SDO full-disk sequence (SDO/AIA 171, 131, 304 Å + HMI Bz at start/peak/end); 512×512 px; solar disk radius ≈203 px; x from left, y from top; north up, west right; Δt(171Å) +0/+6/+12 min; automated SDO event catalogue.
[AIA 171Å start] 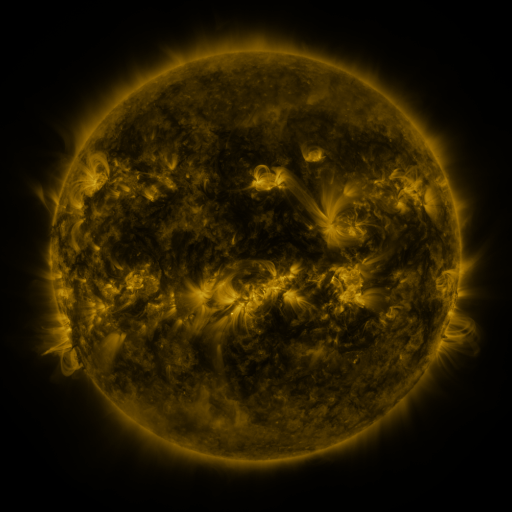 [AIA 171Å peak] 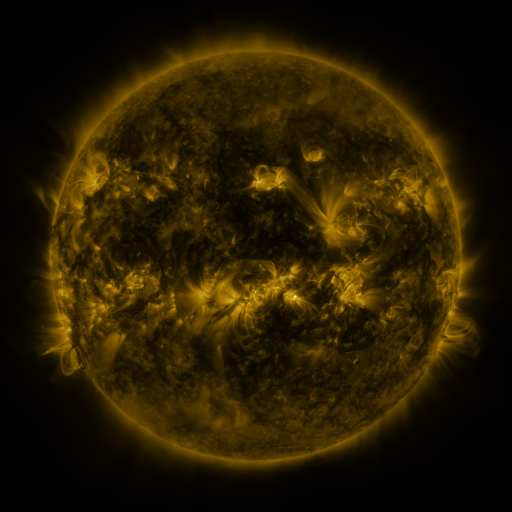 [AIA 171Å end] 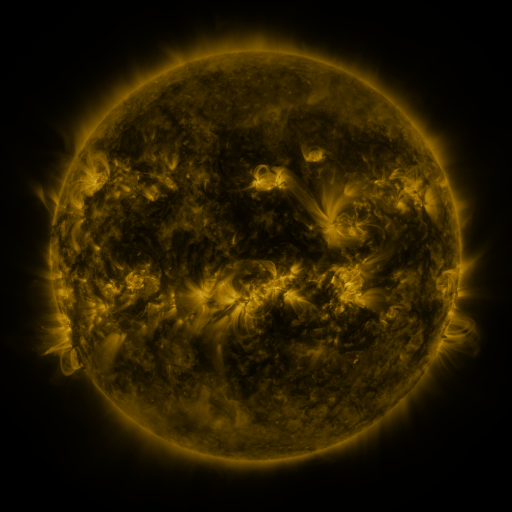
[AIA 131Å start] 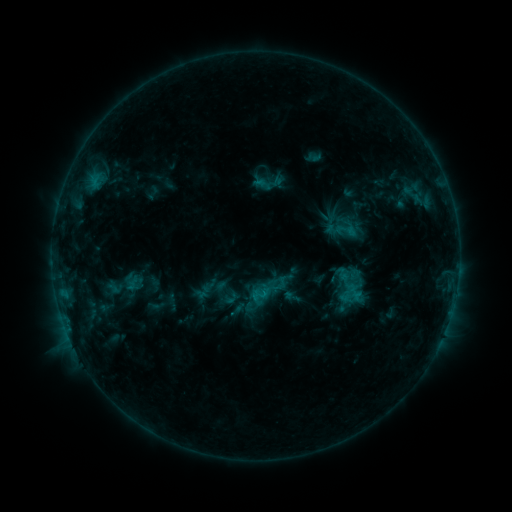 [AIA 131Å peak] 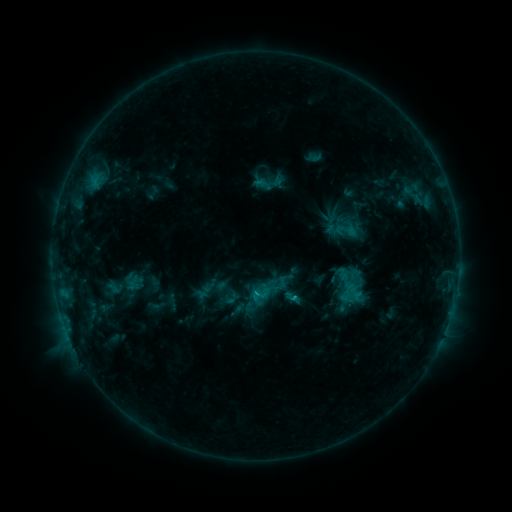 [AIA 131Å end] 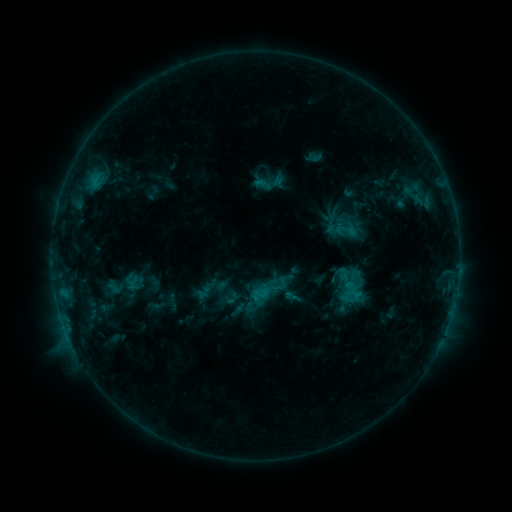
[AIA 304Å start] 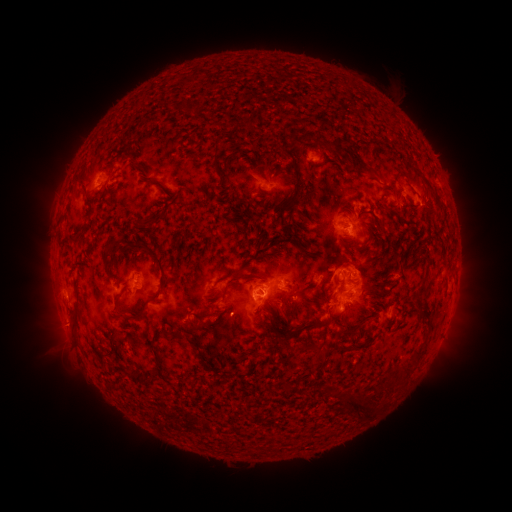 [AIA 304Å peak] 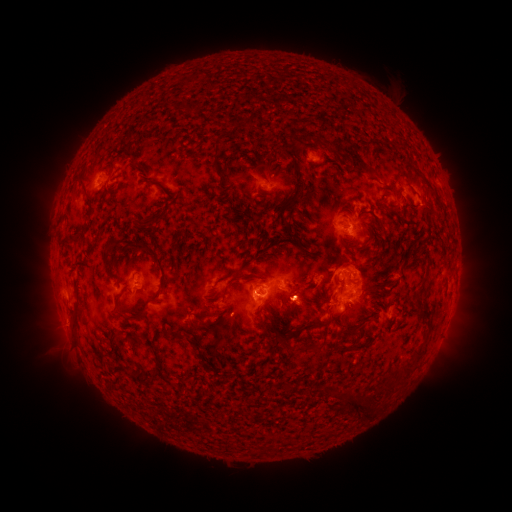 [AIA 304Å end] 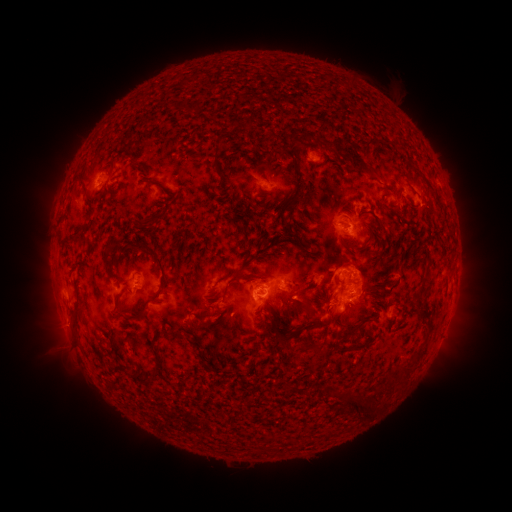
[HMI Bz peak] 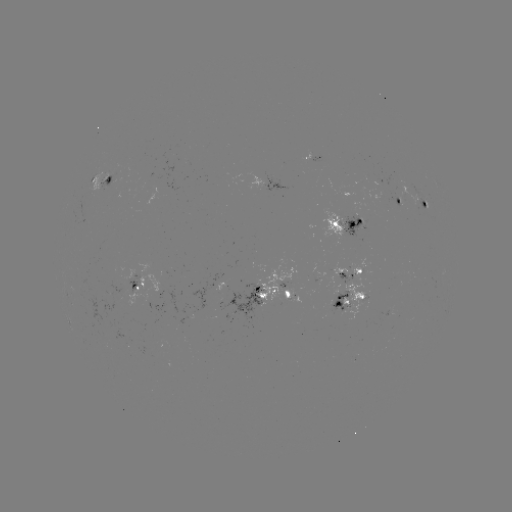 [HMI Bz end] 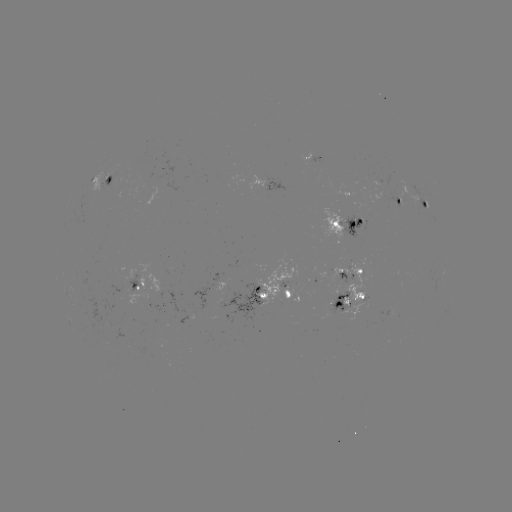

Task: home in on eruption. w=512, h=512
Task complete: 300,299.